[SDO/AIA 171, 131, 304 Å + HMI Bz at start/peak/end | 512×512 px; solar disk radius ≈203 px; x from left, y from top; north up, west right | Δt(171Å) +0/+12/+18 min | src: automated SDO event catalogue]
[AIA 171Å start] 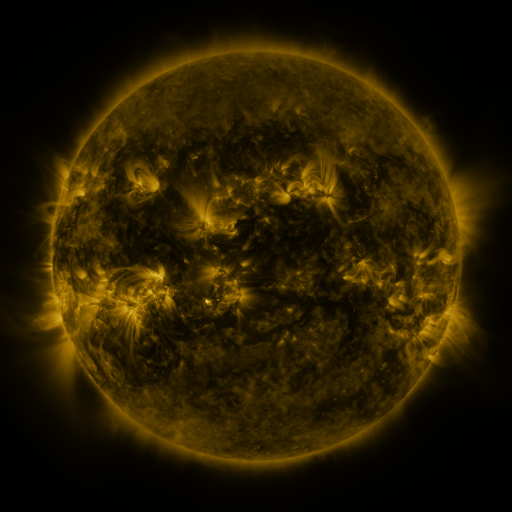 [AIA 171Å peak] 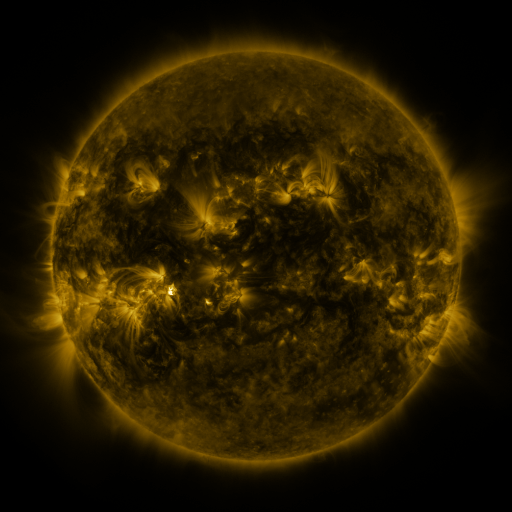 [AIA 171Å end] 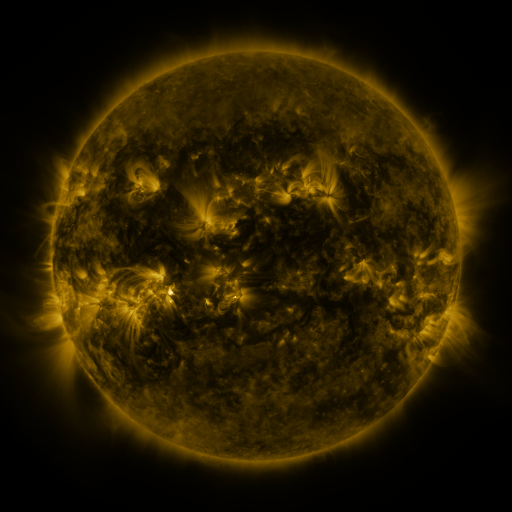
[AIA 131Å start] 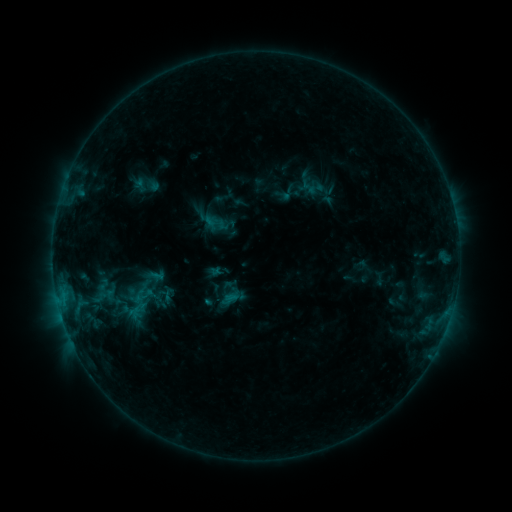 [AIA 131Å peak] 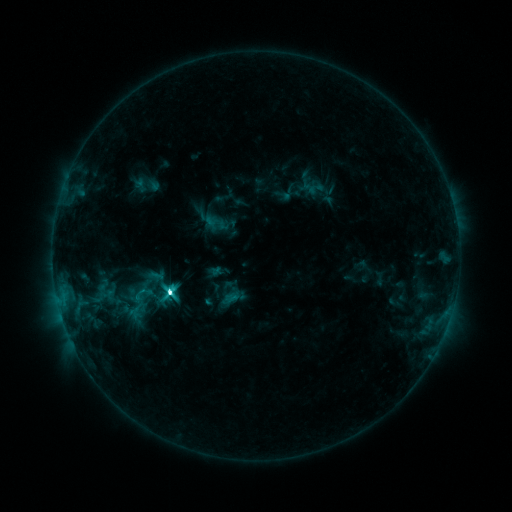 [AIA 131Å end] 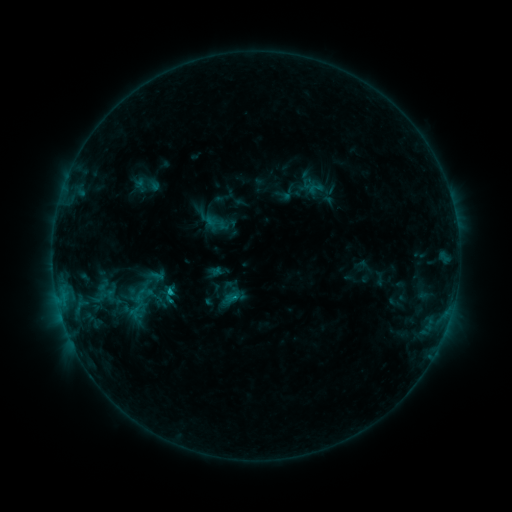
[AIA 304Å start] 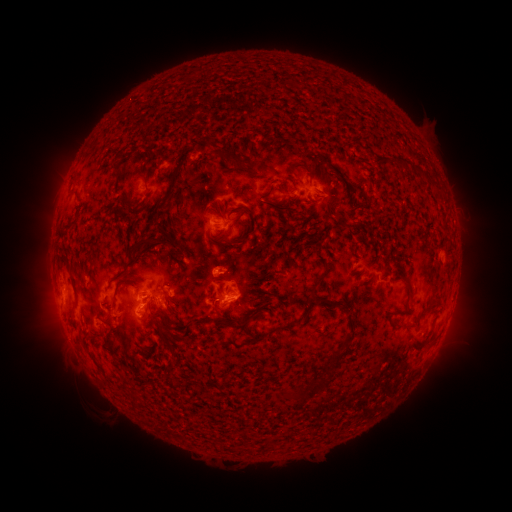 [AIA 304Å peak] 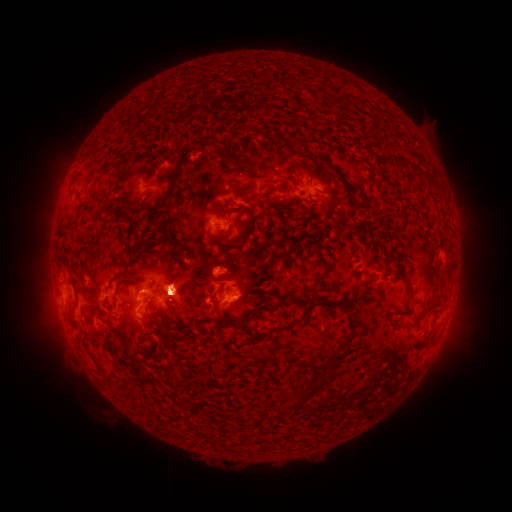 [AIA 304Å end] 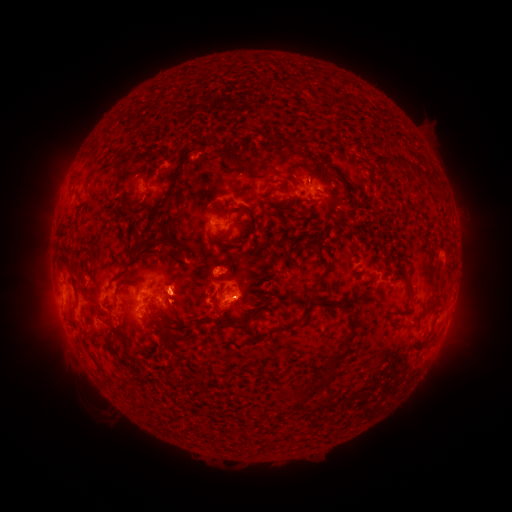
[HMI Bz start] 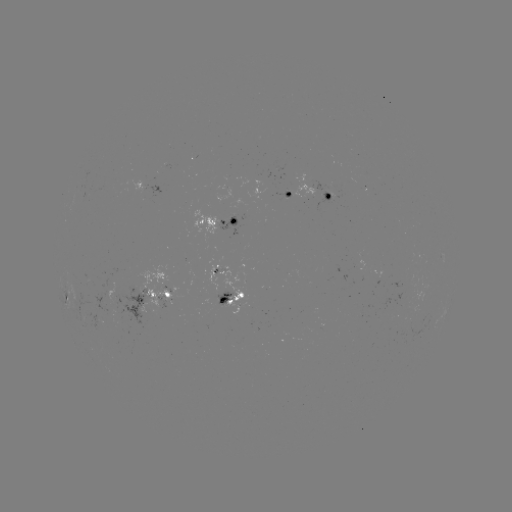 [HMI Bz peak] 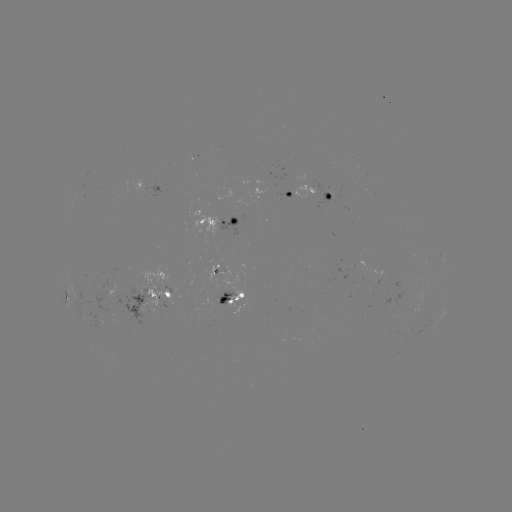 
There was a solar flare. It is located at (172, 291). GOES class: C8.6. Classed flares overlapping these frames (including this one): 1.